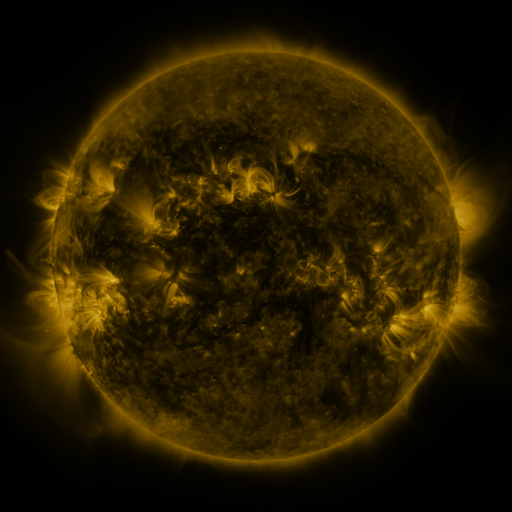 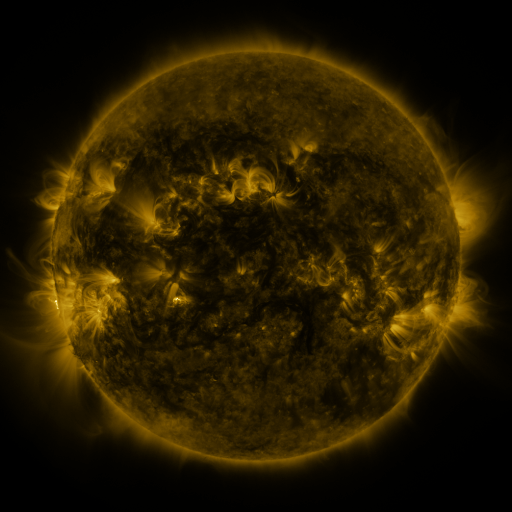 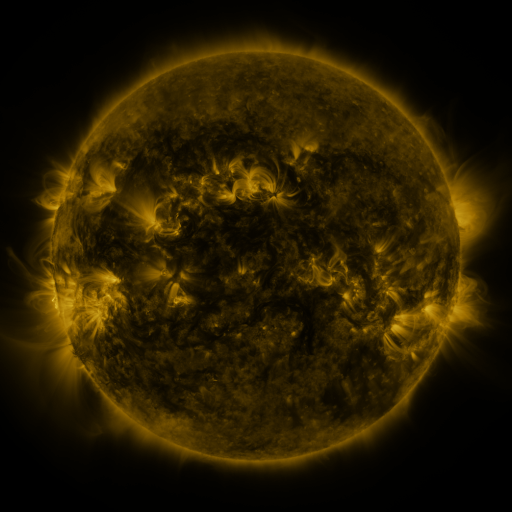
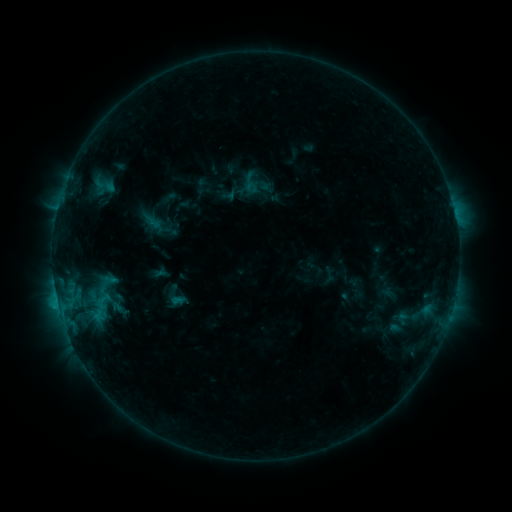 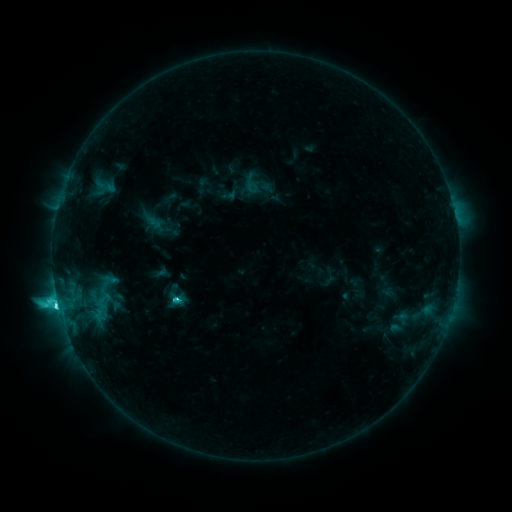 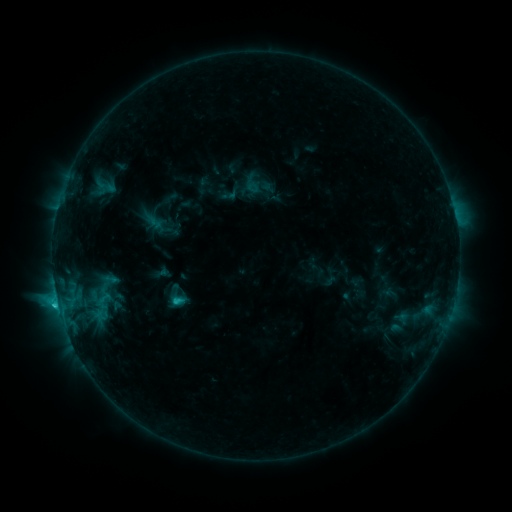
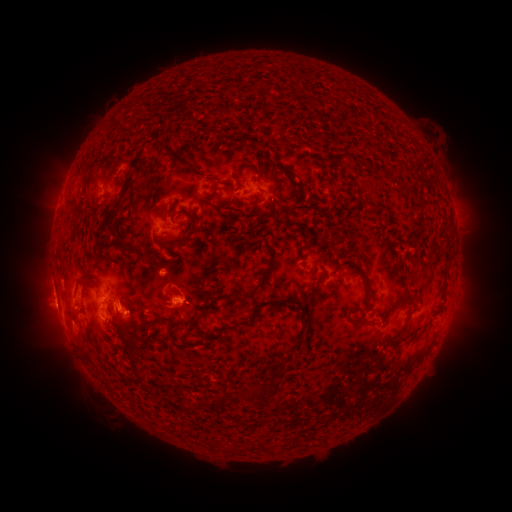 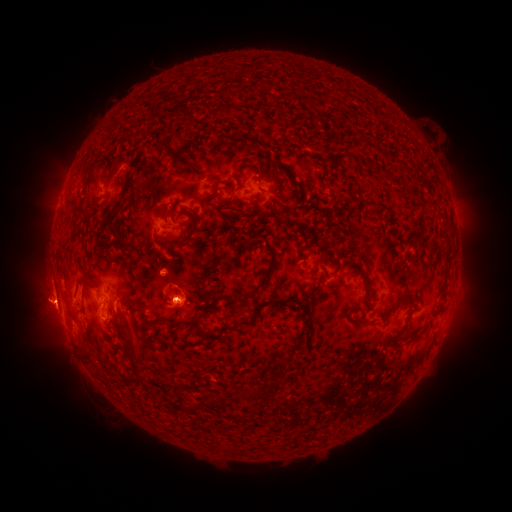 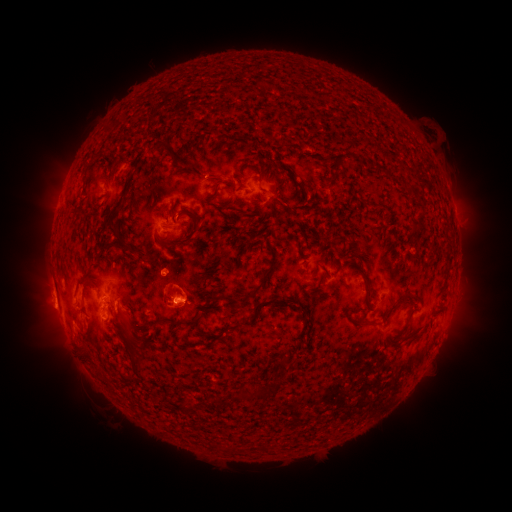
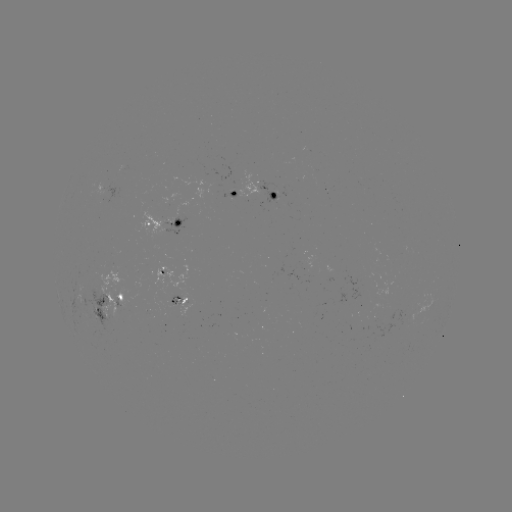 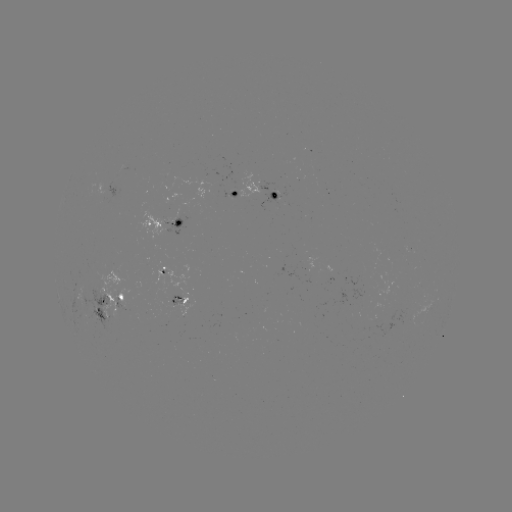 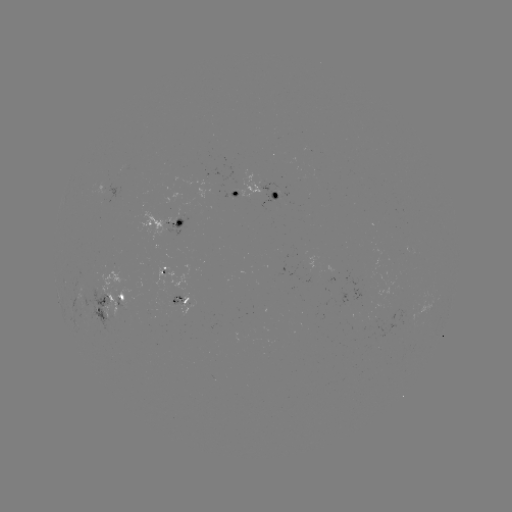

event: flare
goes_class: C7.5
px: (58, 304)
